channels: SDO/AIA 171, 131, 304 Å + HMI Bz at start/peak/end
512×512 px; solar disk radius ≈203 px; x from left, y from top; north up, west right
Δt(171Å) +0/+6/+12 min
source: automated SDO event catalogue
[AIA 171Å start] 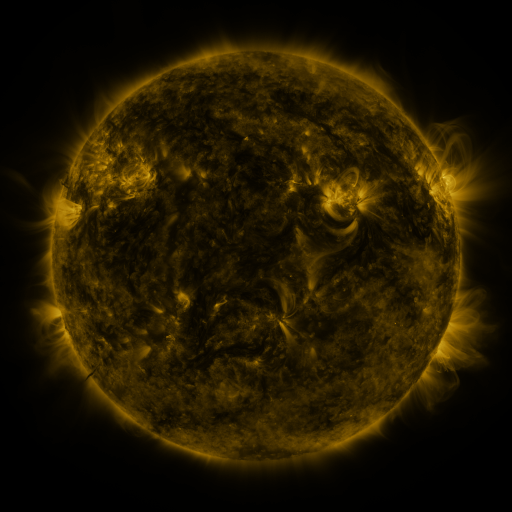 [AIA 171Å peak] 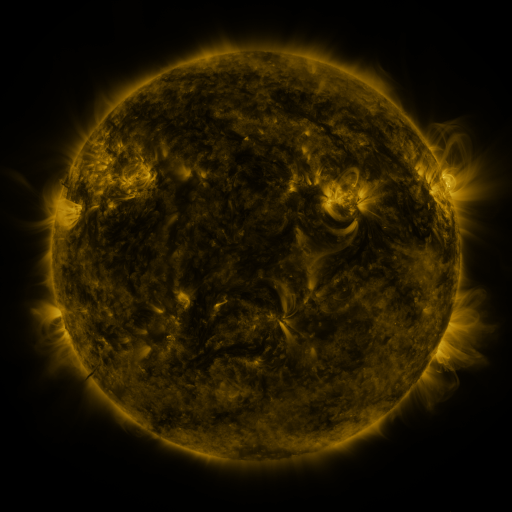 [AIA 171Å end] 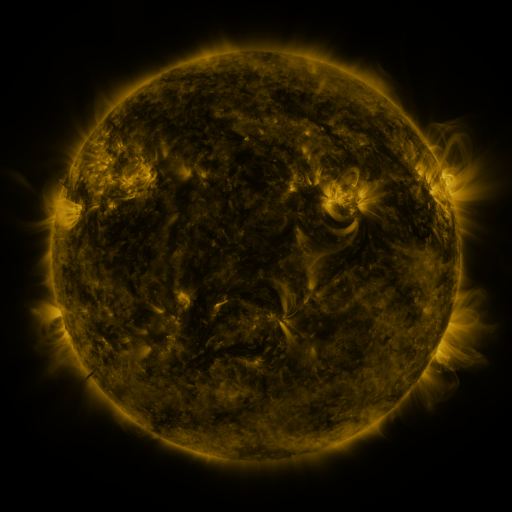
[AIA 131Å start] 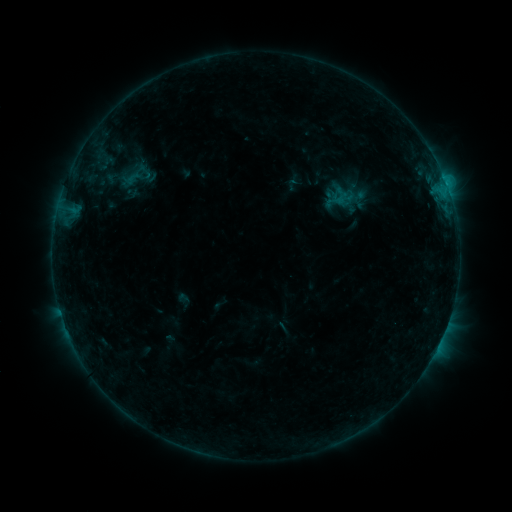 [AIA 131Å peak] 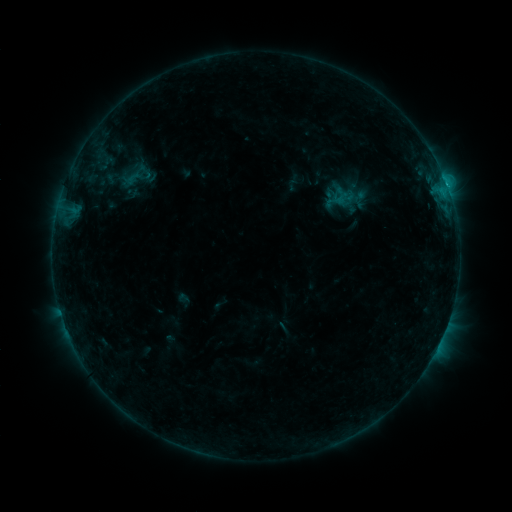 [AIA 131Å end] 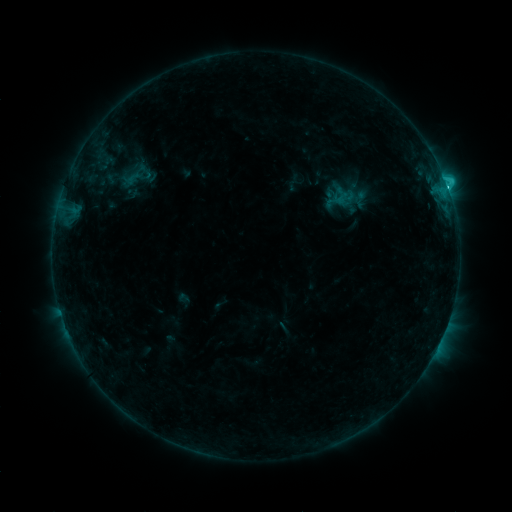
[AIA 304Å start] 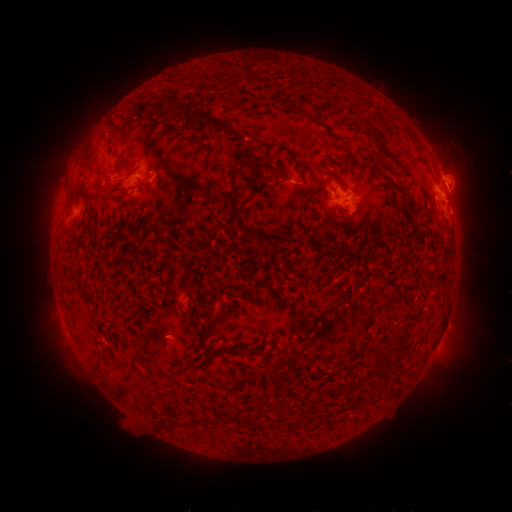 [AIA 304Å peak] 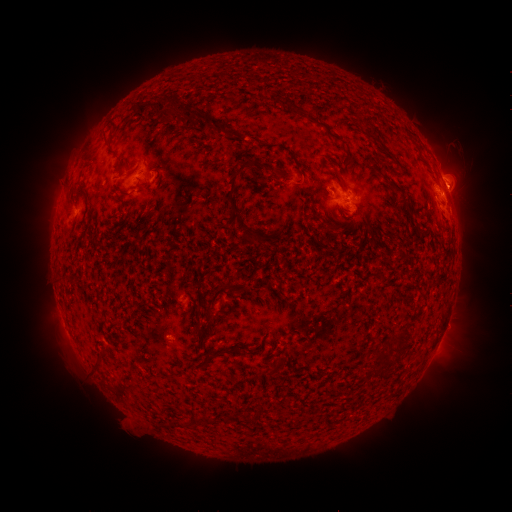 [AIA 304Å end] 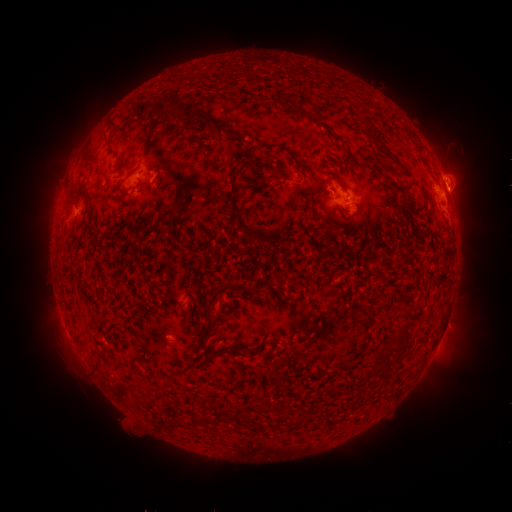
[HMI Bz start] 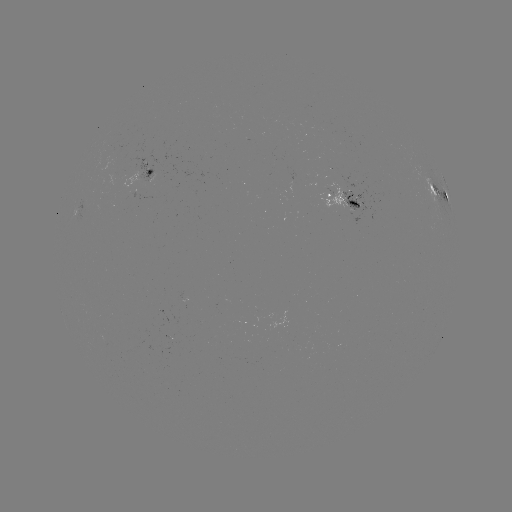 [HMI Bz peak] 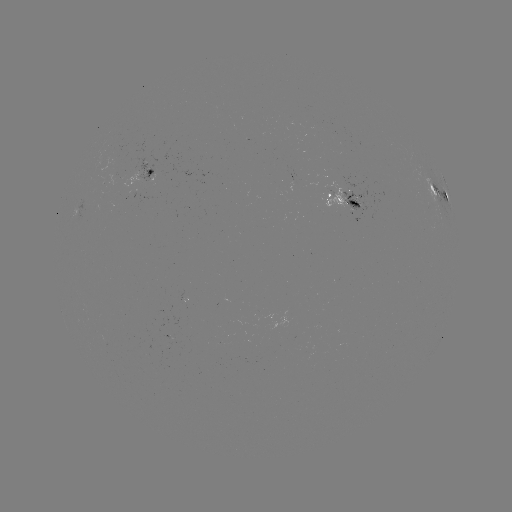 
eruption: <bbox>426, 144, 497, 216</bbox>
